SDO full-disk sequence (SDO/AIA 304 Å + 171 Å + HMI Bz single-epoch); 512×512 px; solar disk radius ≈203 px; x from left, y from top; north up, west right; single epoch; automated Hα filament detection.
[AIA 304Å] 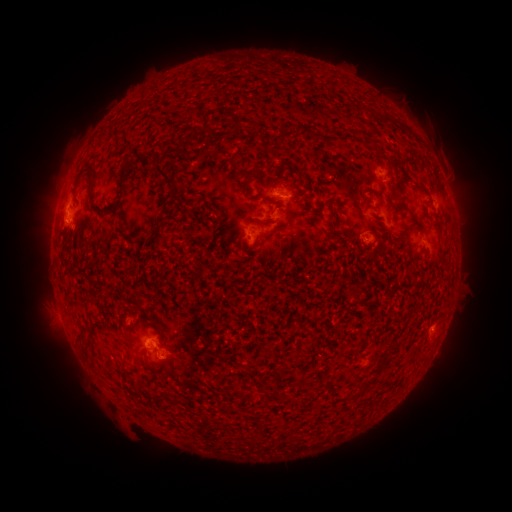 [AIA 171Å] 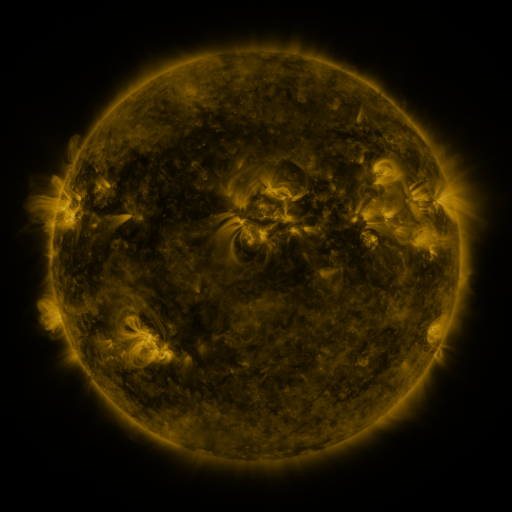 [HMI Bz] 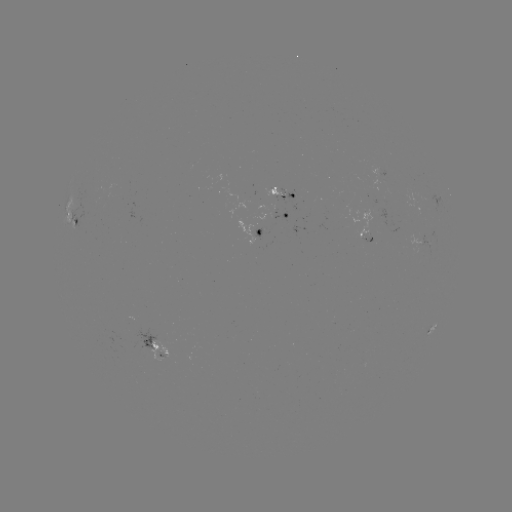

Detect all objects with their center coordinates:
filament: (189, 113)
filament: (237, 121)
filament: (174, 185)
filament: (243, 189)
filament: (378, 195)
filament: (108, 208)
filament: (331, 228)
filament: (136, 308)
filament: (82, 336)
filament: (369, 382)
filament: (352, 397)
filament: (156, 400)
